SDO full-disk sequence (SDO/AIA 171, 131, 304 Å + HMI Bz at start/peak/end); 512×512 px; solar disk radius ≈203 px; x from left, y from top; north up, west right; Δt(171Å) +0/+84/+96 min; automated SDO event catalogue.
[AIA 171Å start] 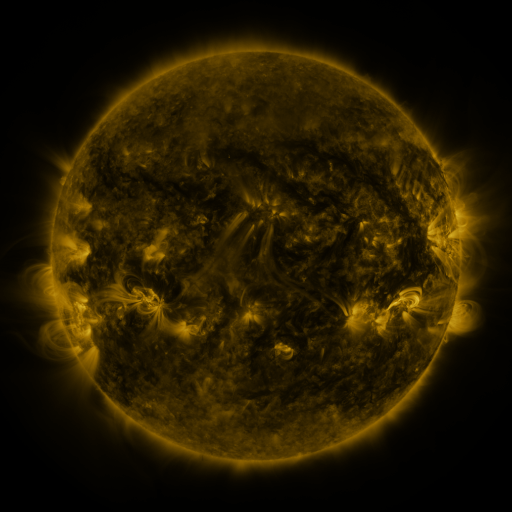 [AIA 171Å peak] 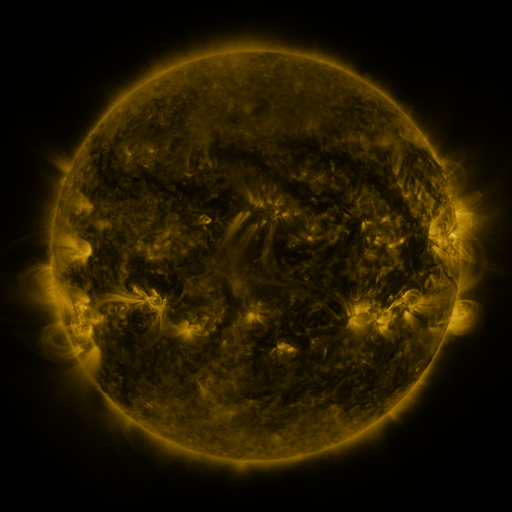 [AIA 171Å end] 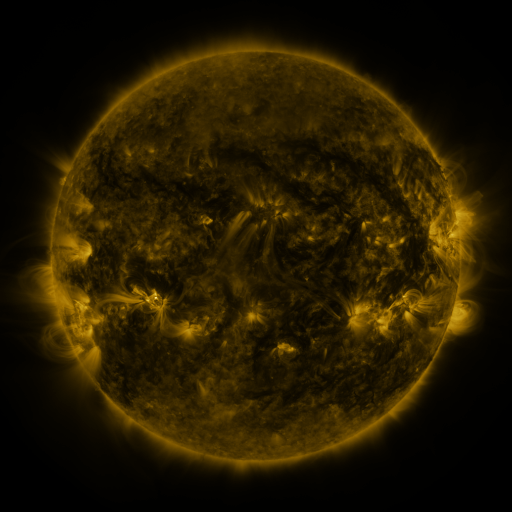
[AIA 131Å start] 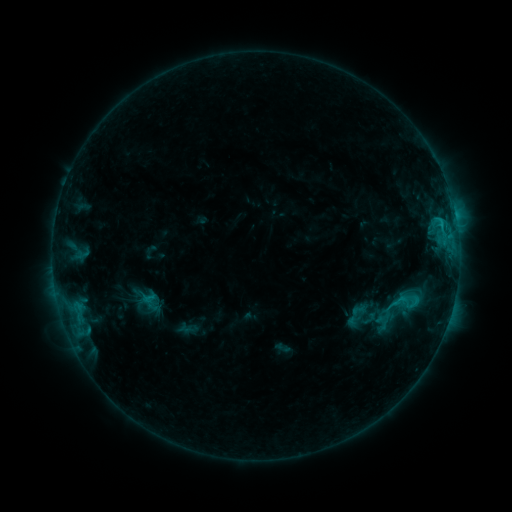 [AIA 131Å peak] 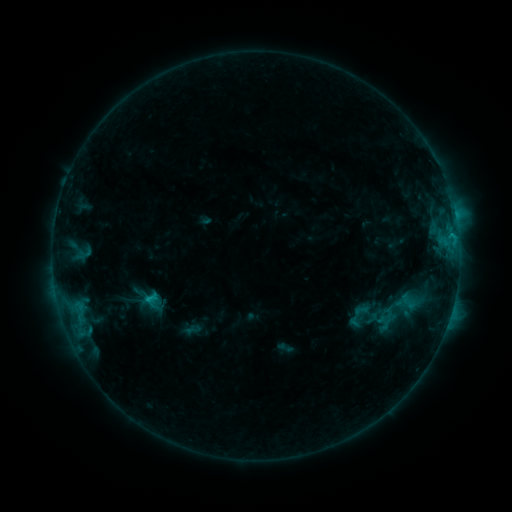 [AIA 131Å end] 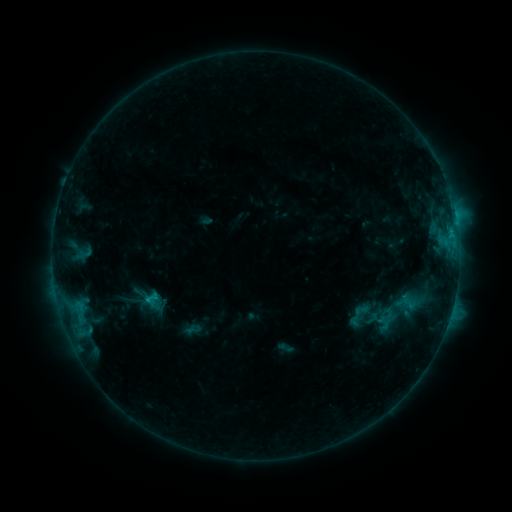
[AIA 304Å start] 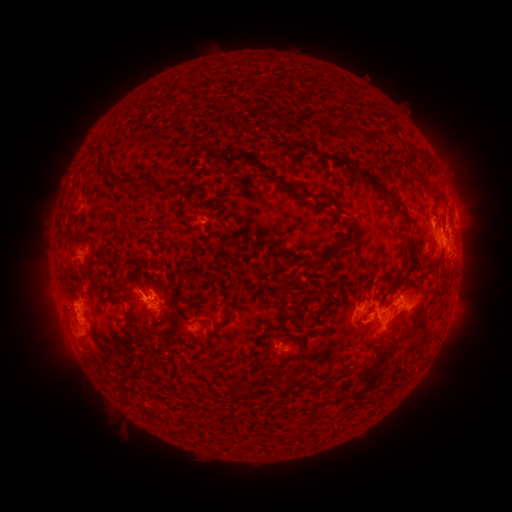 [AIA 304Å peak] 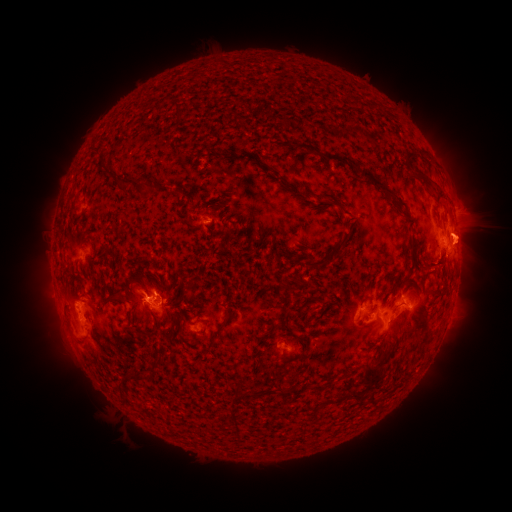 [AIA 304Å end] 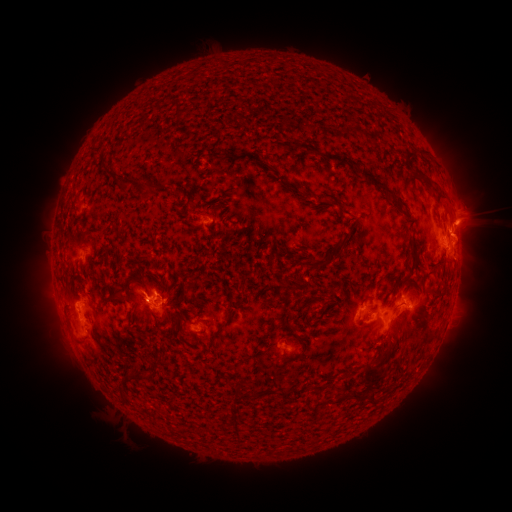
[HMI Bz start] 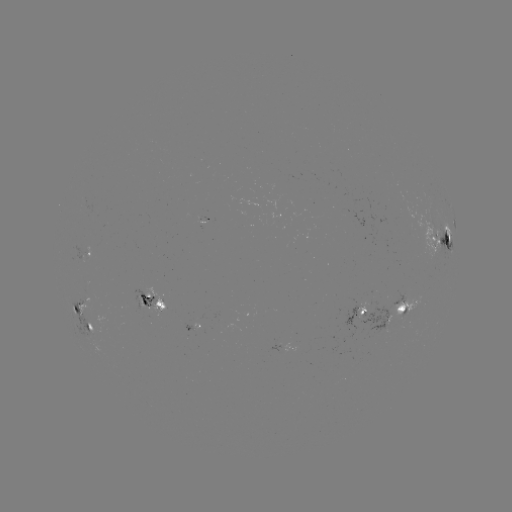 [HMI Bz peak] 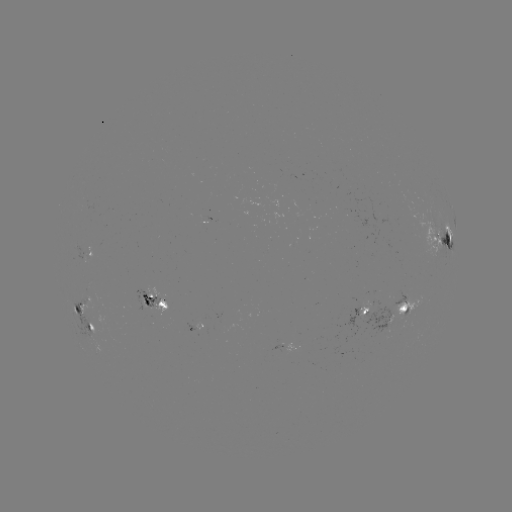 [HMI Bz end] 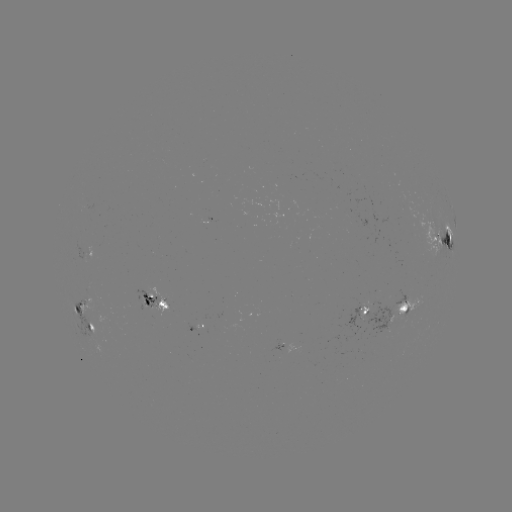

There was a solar emerging-flux region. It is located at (359, 305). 